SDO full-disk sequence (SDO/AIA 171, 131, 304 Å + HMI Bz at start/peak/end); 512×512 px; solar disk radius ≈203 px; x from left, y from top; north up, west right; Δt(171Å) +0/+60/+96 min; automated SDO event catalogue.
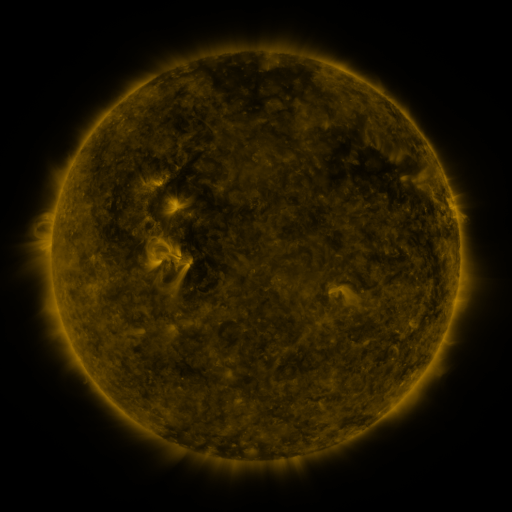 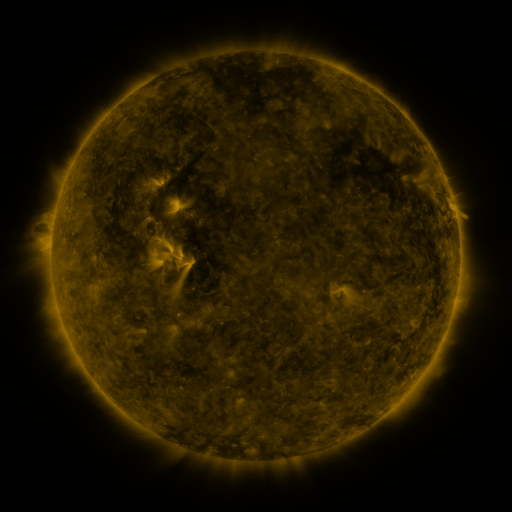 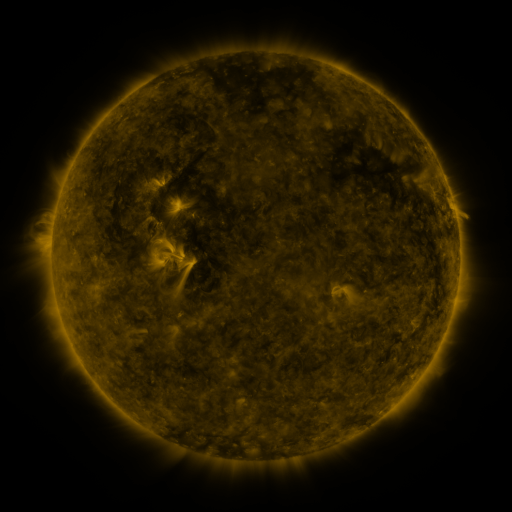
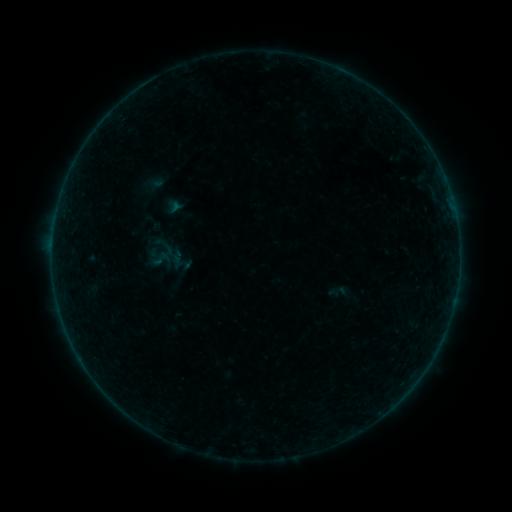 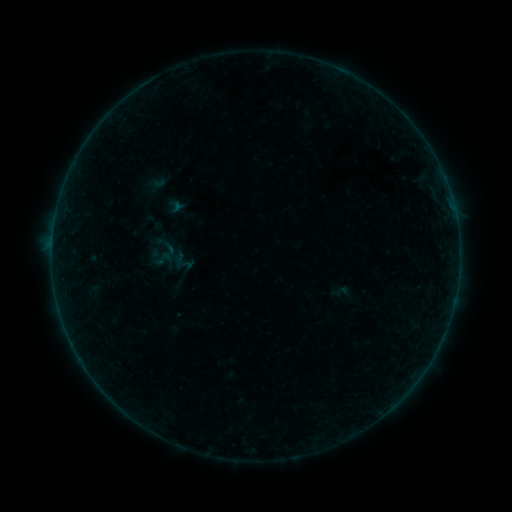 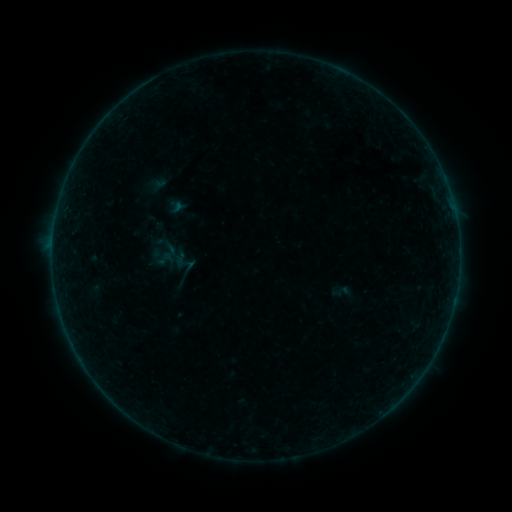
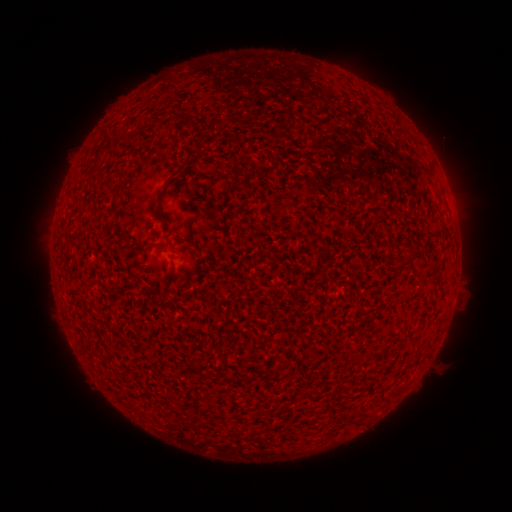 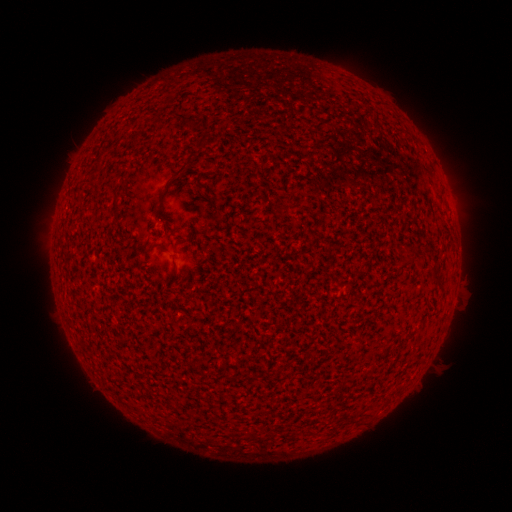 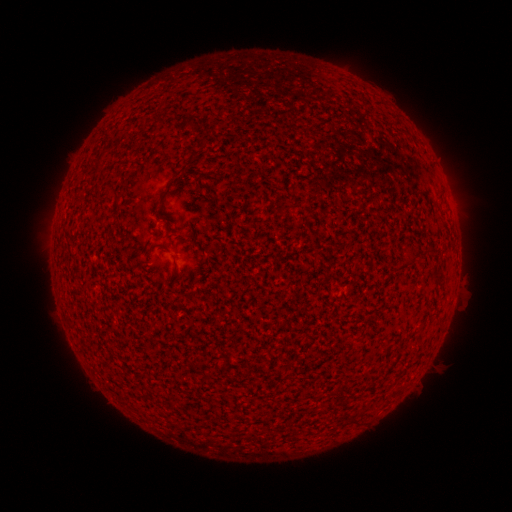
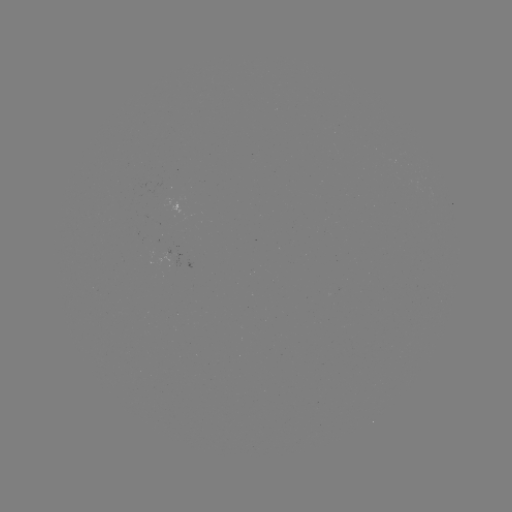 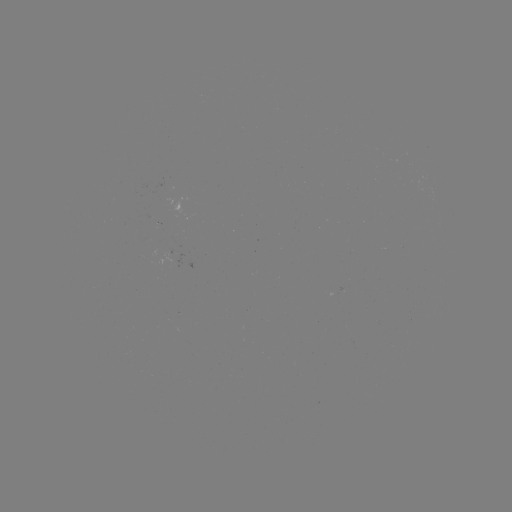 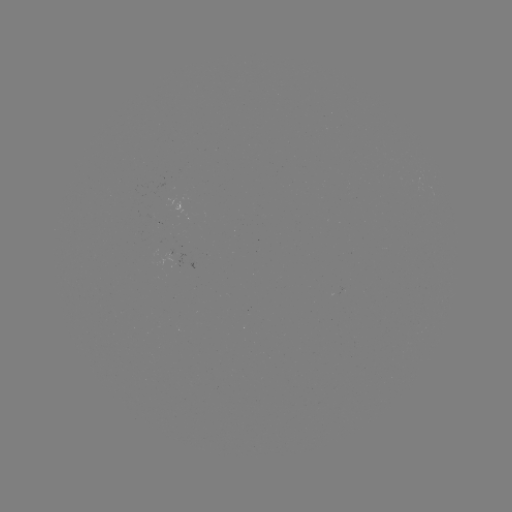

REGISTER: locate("emerging-flux region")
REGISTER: [178, 256]